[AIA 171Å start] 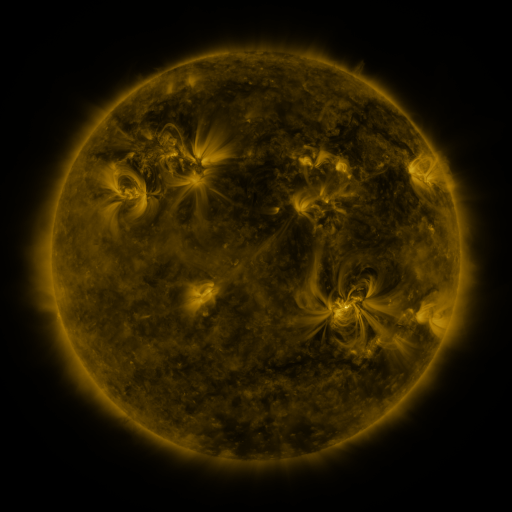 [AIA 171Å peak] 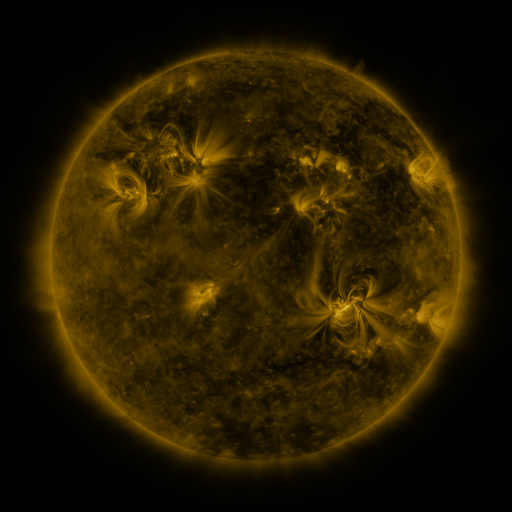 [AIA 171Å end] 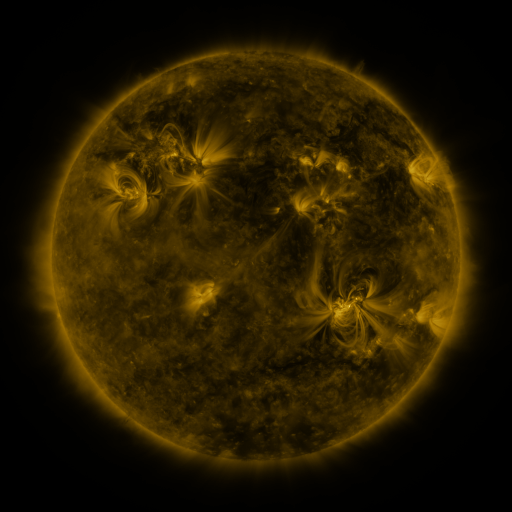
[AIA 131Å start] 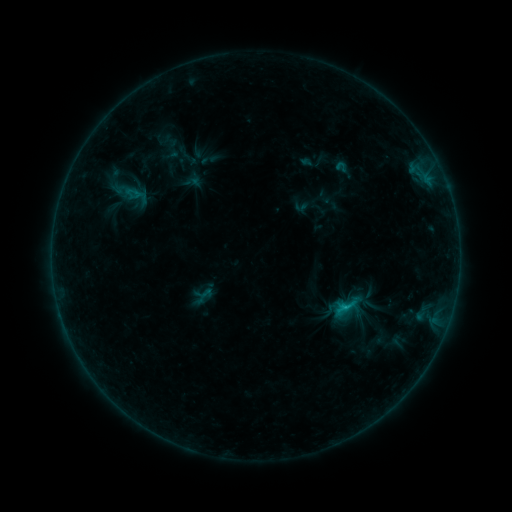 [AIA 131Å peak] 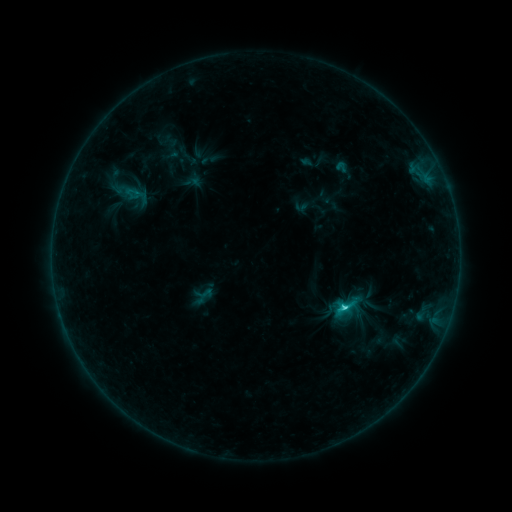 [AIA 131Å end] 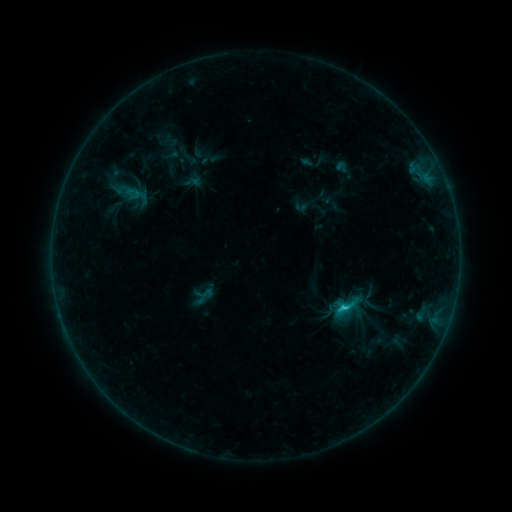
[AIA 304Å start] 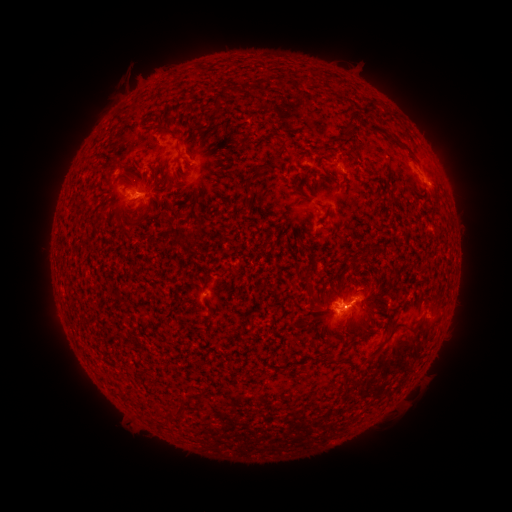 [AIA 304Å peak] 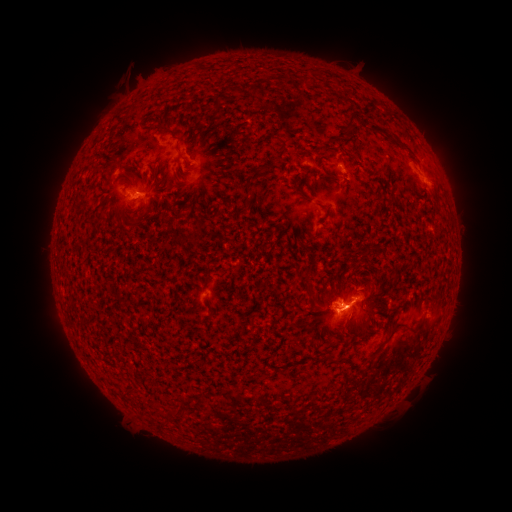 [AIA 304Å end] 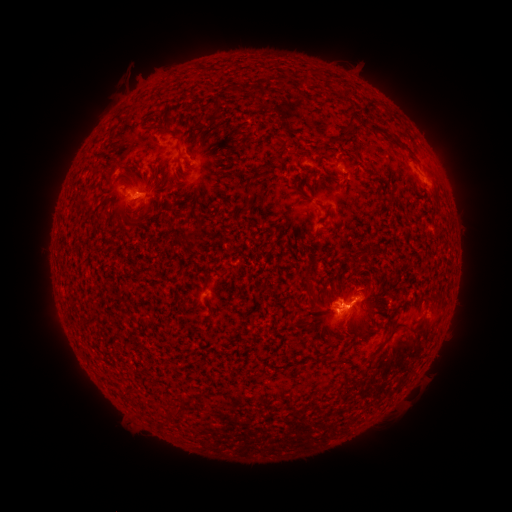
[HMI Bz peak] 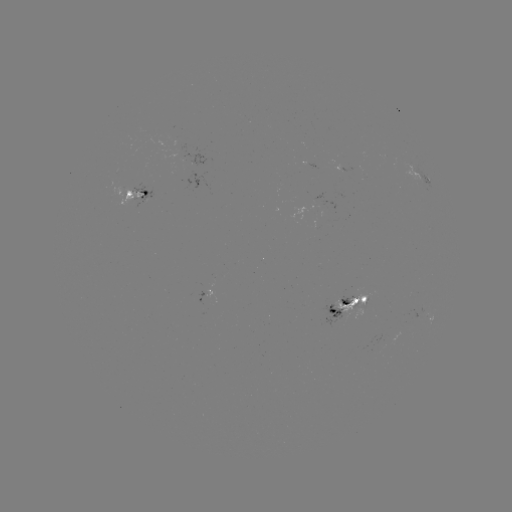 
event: flare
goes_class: C2.2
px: (343, 301)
